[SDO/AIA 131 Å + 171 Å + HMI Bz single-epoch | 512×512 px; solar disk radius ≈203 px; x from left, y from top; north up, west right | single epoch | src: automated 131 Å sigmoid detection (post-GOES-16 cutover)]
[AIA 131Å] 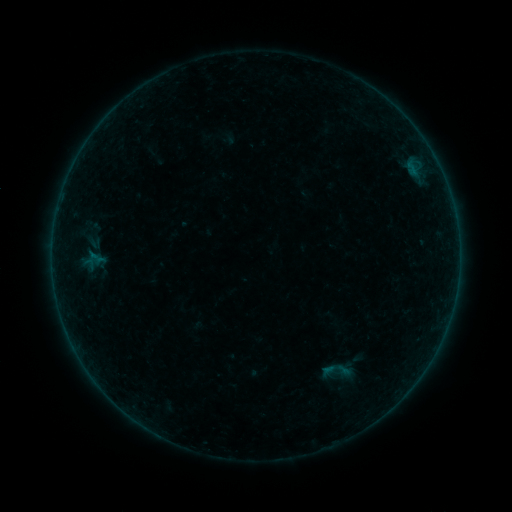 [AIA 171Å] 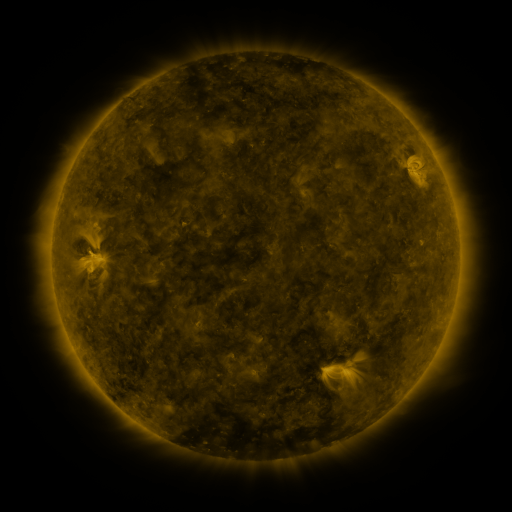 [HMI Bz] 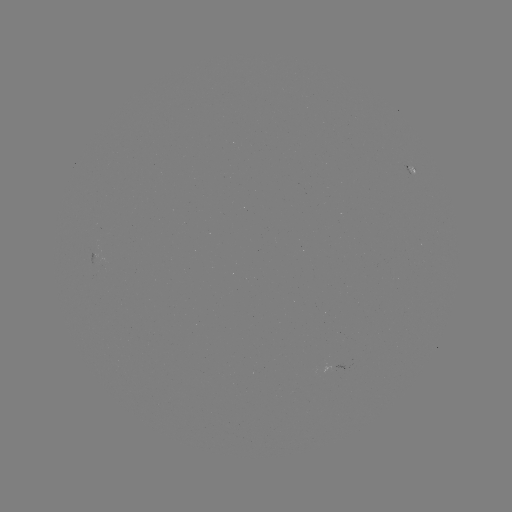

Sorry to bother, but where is sigmoid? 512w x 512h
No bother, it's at [336, 372].